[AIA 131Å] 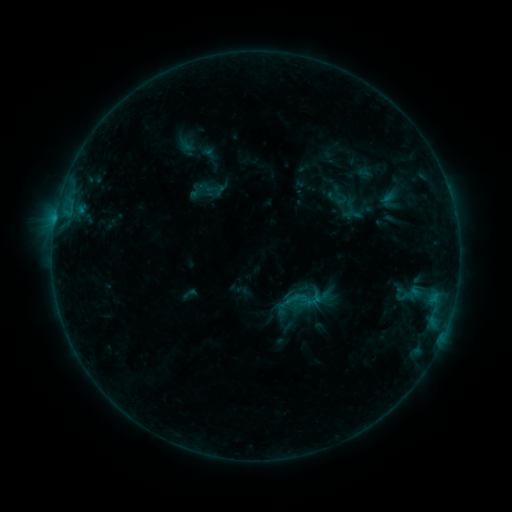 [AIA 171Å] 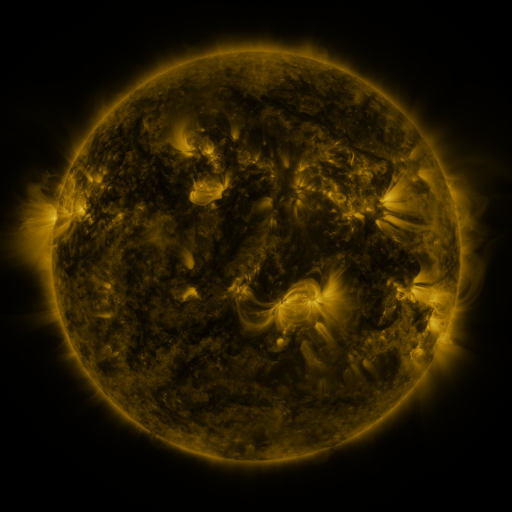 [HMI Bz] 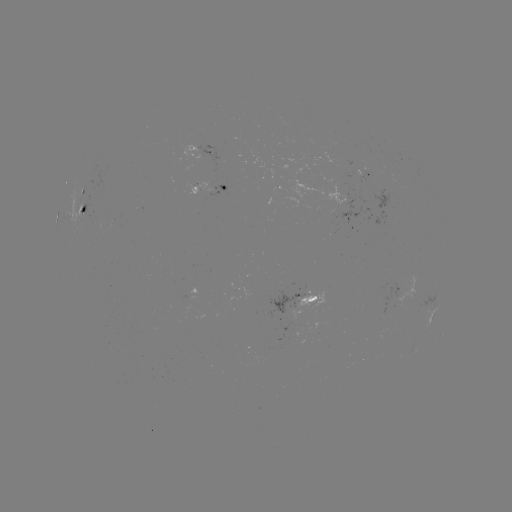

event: sigmoid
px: (304, 299)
